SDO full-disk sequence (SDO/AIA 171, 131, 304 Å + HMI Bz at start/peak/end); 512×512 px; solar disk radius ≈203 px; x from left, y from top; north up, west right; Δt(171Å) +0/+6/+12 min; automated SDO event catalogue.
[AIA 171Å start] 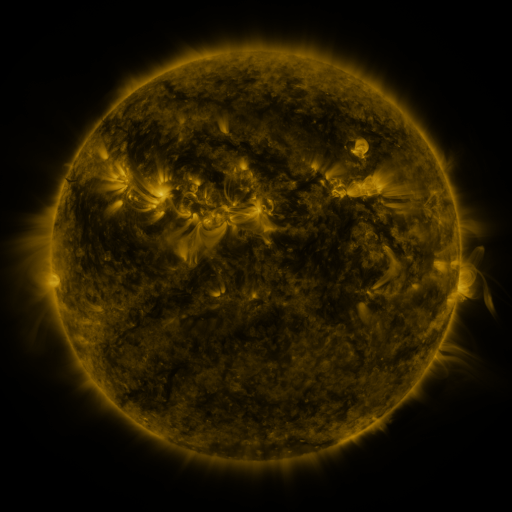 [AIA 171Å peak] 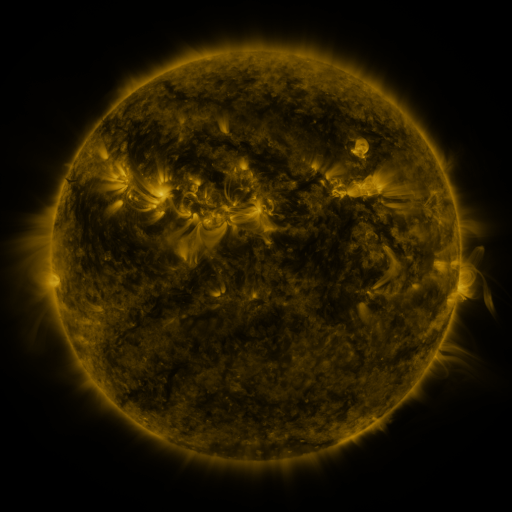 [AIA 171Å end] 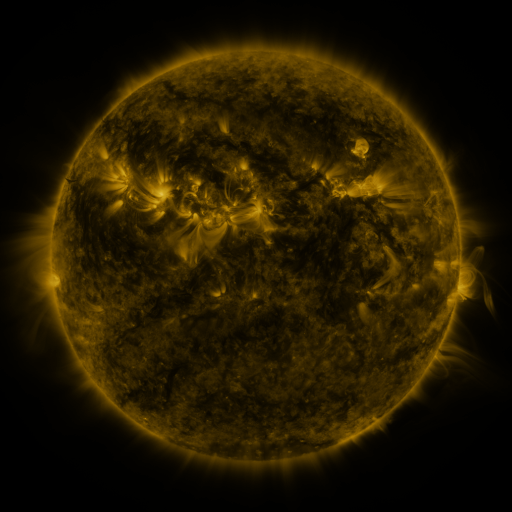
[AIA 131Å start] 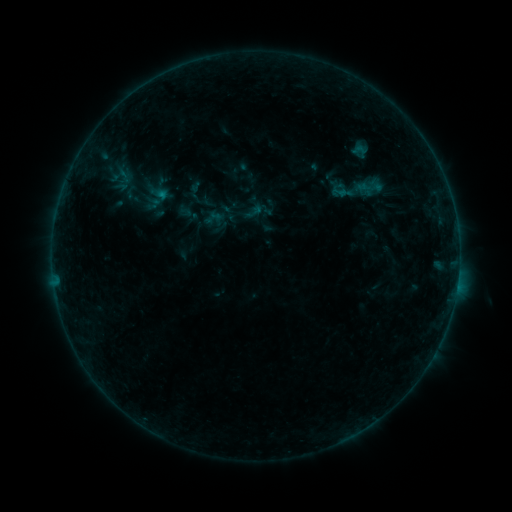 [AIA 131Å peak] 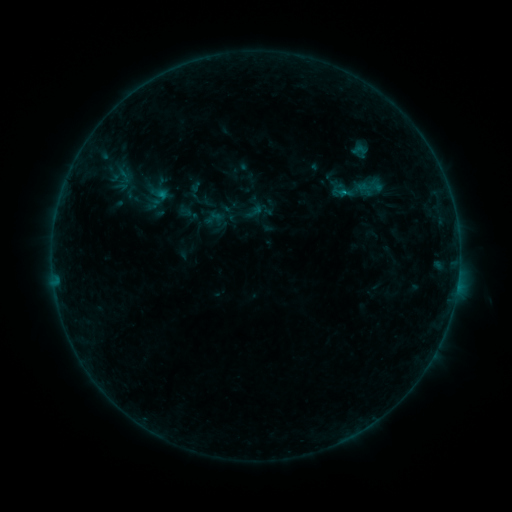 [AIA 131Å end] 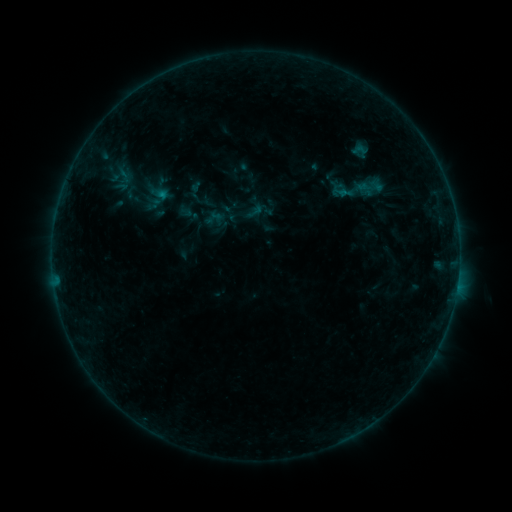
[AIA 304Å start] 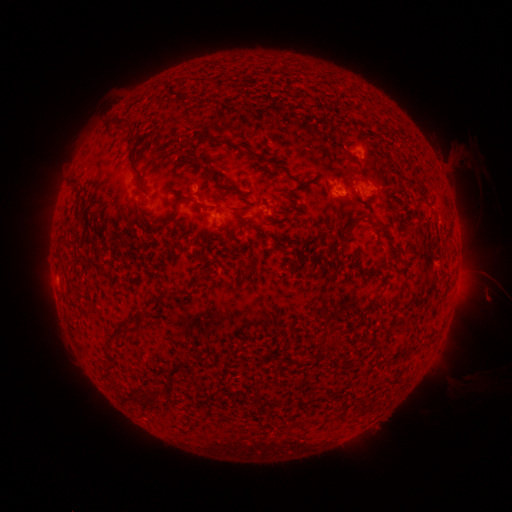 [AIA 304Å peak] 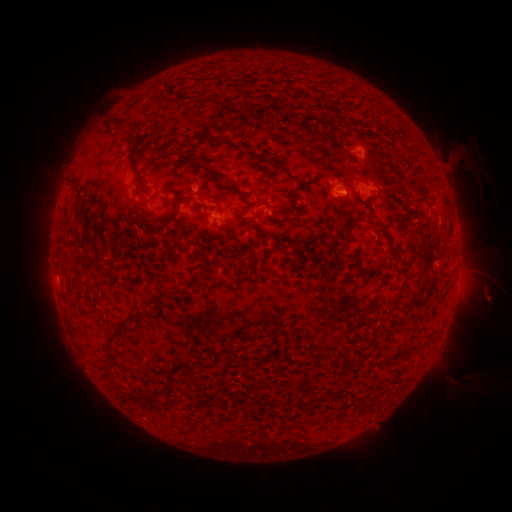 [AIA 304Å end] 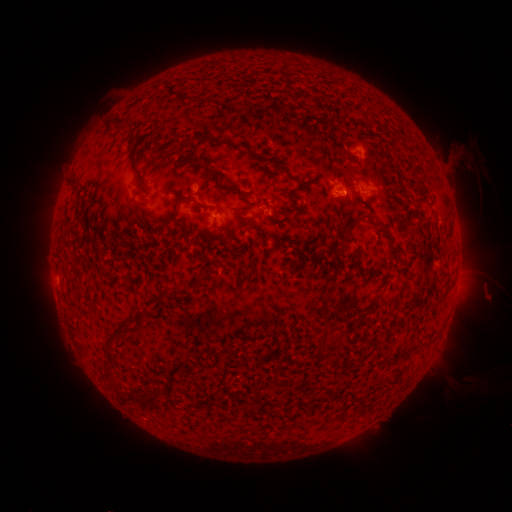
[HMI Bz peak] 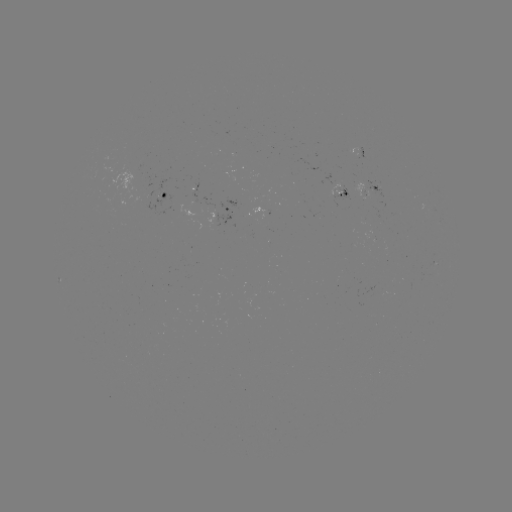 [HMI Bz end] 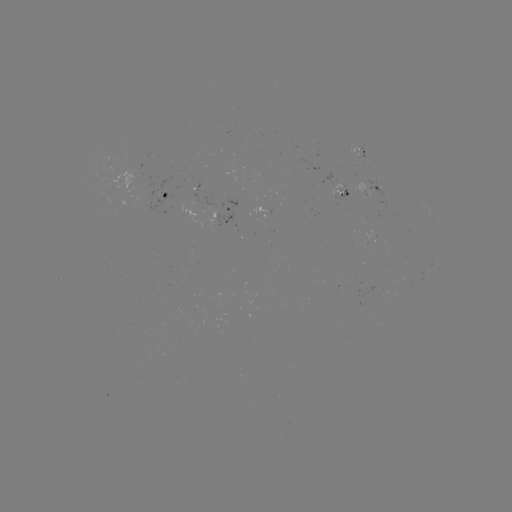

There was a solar flare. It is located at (343, 194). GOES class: B2.7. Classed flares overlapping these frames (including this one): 1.